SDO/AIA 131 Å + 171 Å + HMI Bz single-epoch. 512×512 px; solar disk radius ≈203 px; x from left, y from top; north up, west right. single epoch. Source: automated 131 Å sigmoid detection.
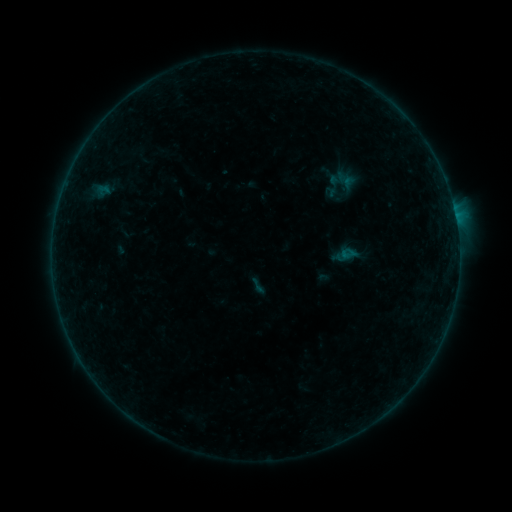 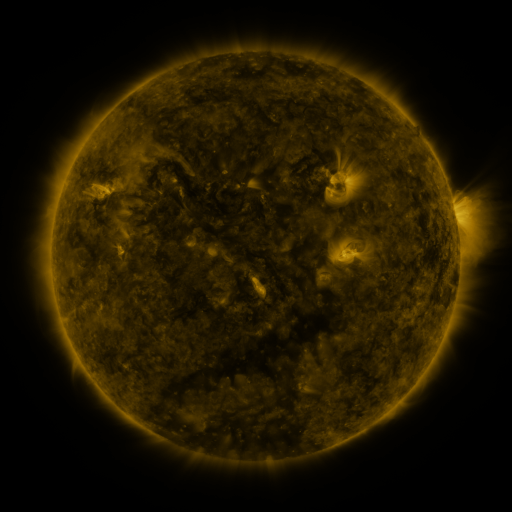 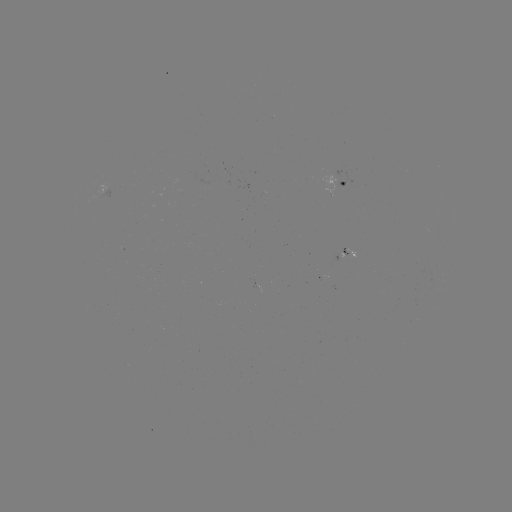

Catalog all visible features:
sigmoid: (258, 286)
